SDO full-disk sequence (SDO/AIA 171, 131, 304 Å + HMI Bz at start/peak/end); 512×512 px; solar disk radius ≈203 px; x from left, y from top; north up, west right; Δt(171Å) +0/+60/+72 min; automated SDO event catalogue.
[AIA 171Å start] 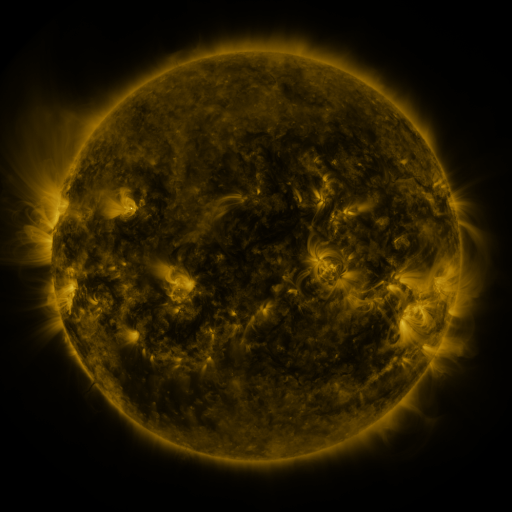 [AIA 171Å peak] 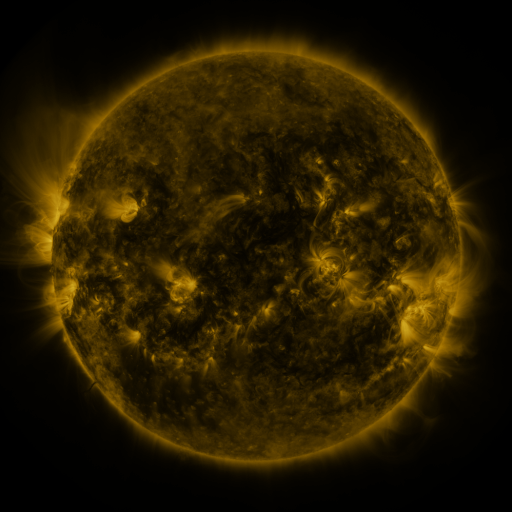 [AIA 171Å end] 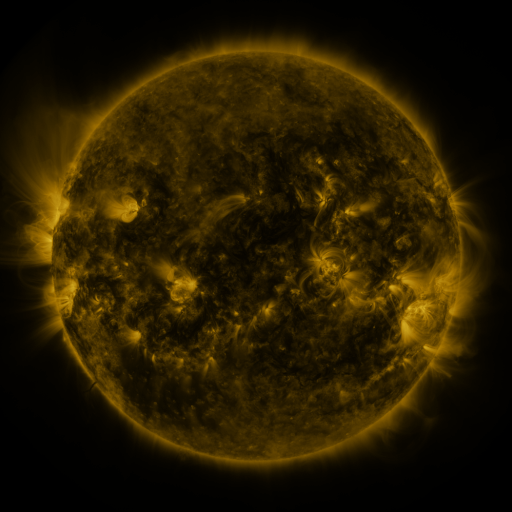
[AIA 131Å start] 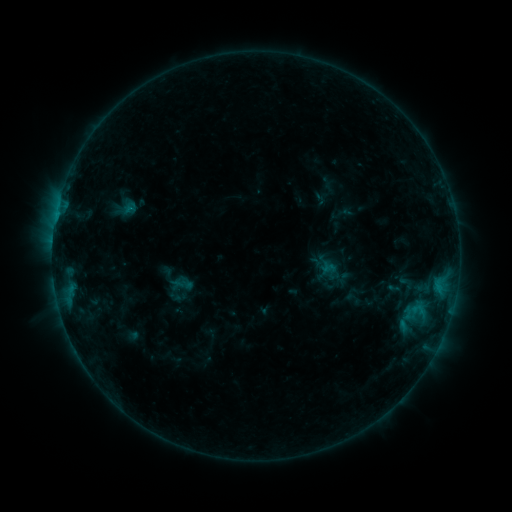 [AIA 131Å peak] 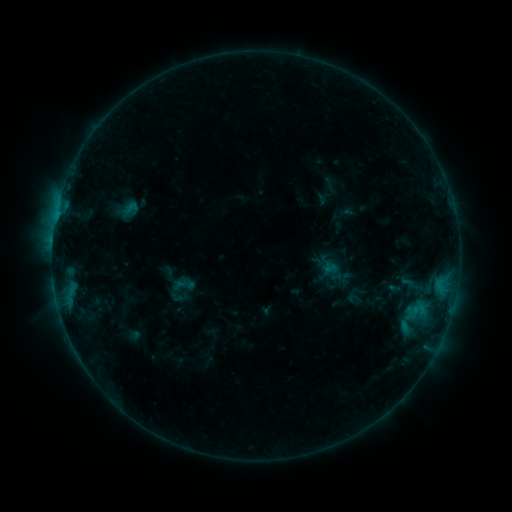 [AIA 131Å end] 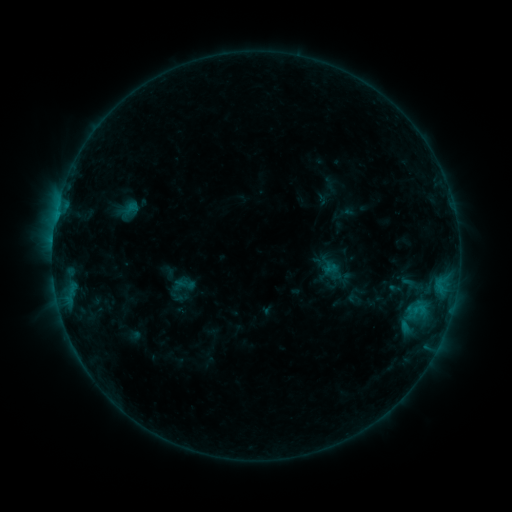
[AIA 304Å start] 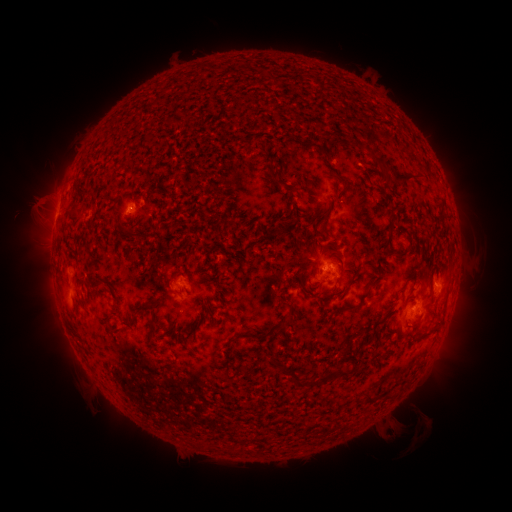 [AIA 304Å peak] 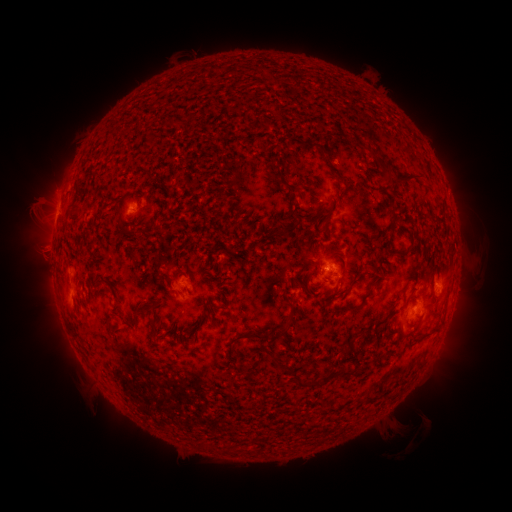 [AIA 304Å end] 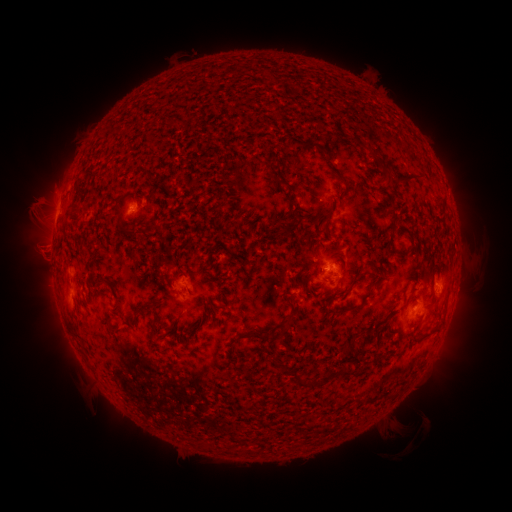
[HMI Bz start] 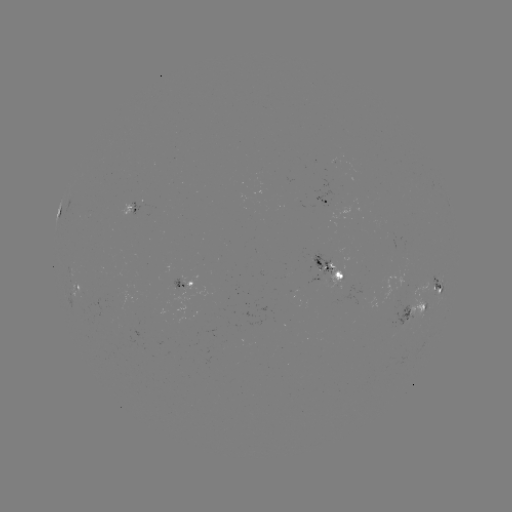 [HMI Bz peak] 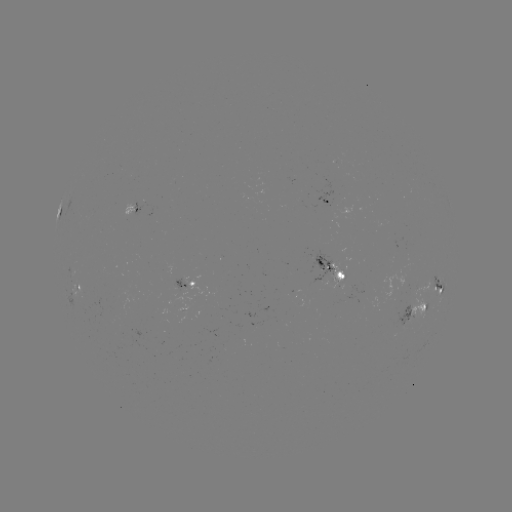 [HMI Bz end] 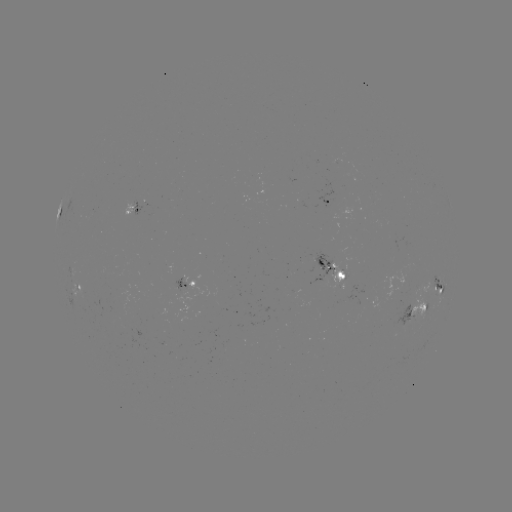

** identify emerging-flux region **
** [335, 274] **